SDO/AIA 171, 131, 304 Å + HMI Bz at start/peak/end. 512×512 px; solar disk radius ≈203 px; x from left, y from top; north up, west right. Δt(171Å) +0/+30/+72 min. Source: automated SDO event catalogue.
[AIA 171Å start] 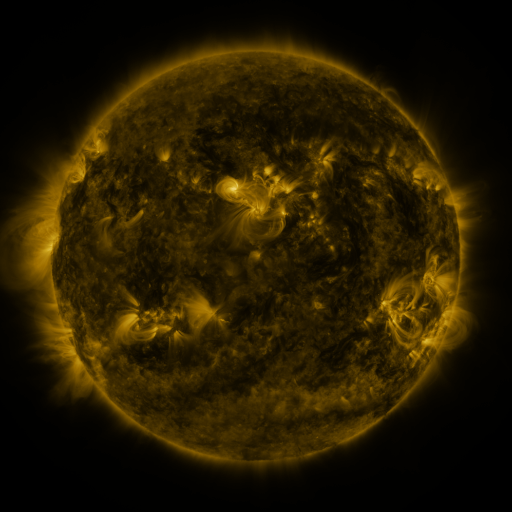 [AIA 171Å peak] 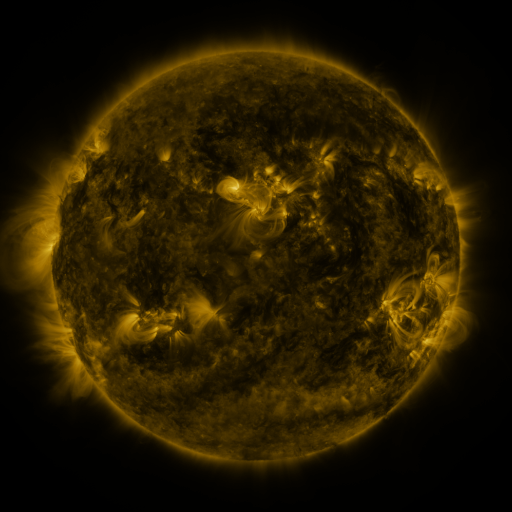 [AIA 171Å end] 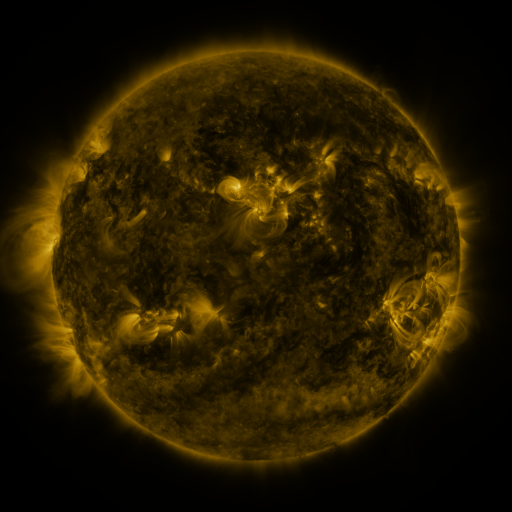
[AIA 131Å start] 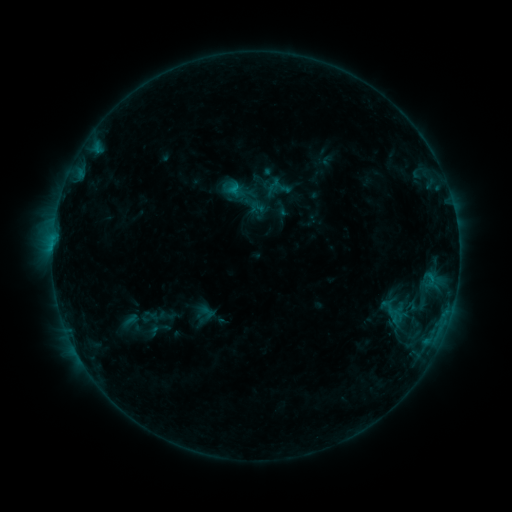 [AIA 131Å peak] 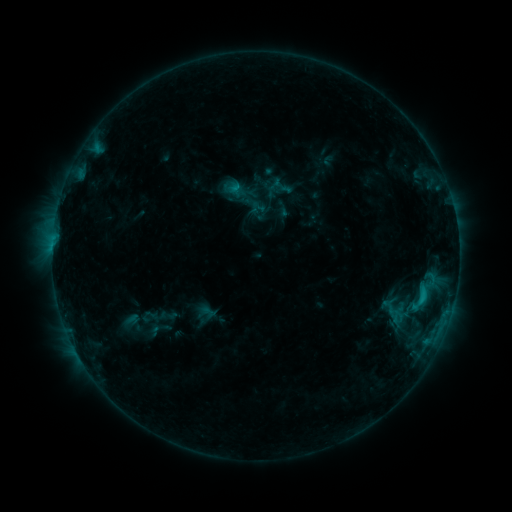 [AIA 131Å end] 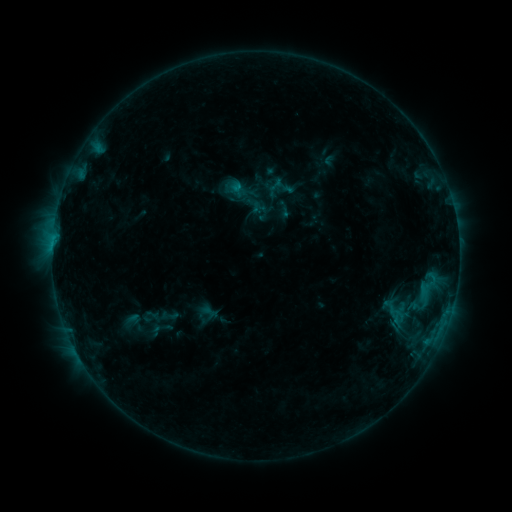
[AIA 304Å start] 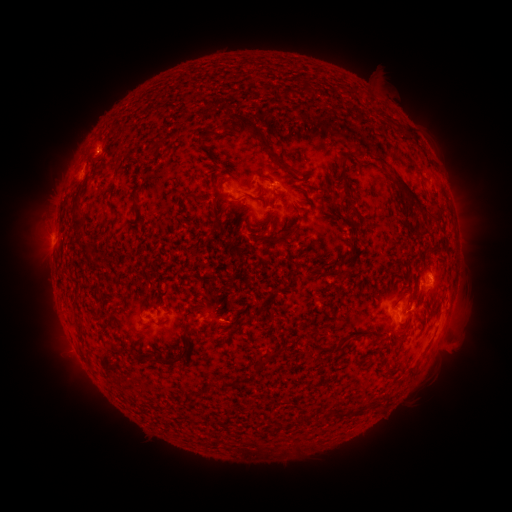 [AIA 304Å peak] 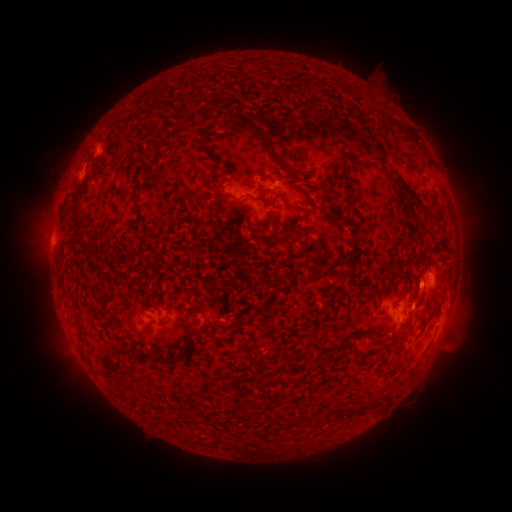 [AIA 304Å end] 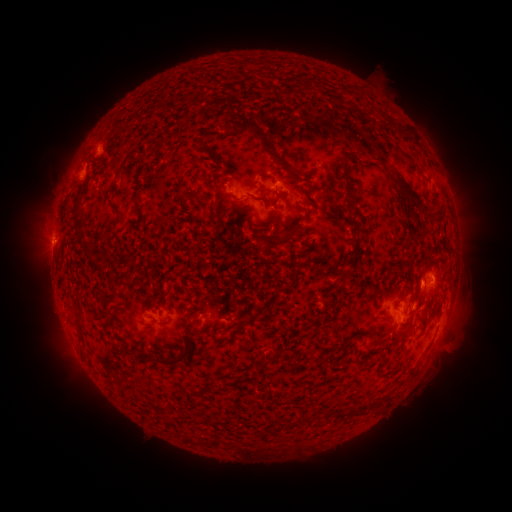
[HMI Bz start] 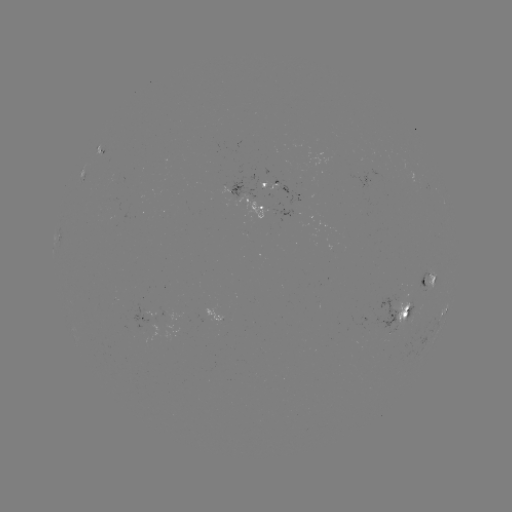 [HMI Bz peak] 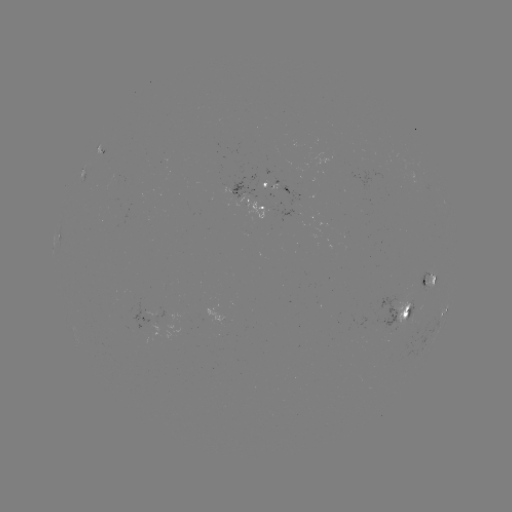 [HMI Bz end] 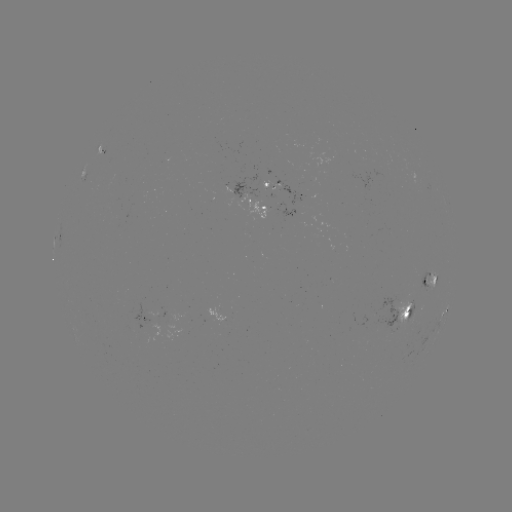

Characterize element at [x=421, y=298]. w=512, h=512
C1.3 flare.